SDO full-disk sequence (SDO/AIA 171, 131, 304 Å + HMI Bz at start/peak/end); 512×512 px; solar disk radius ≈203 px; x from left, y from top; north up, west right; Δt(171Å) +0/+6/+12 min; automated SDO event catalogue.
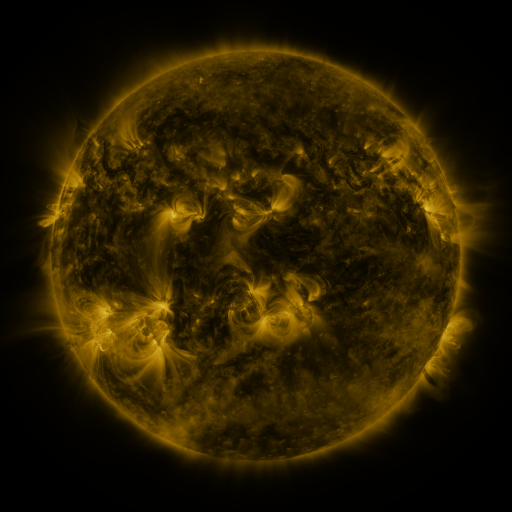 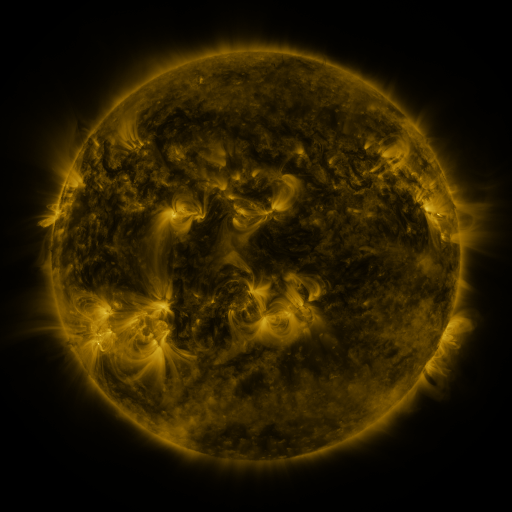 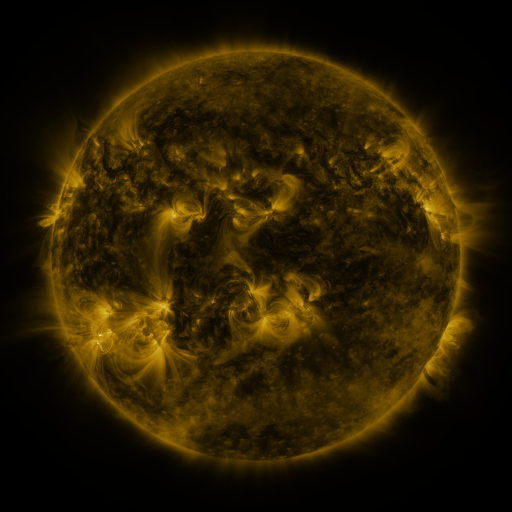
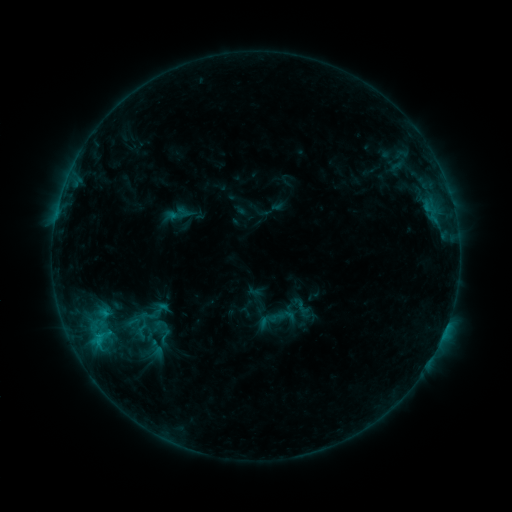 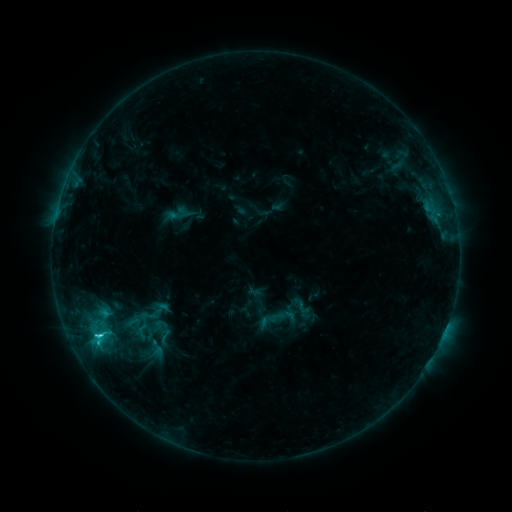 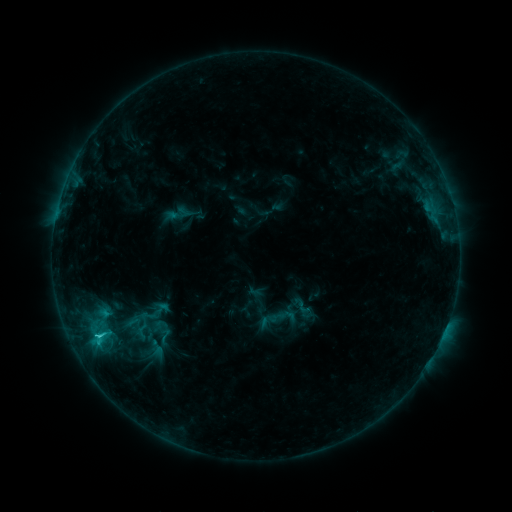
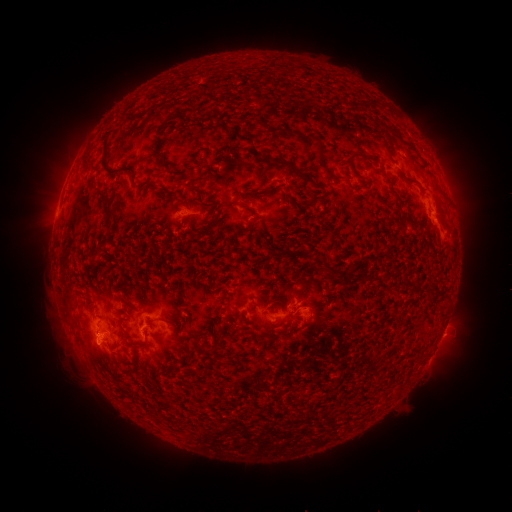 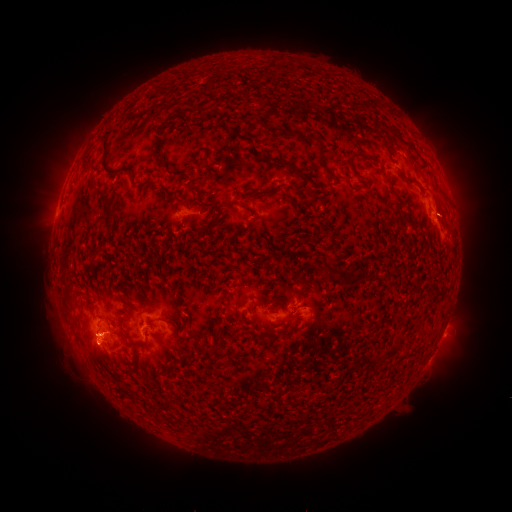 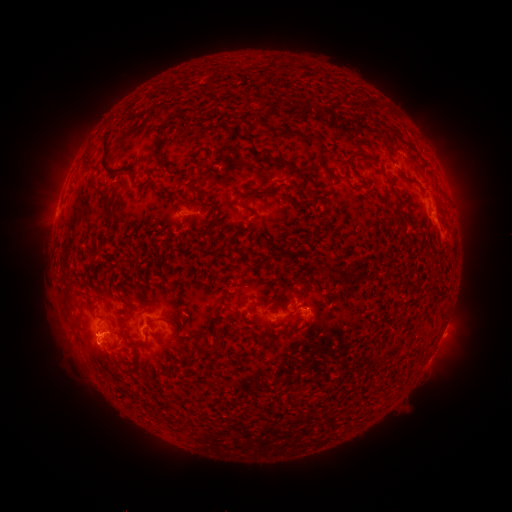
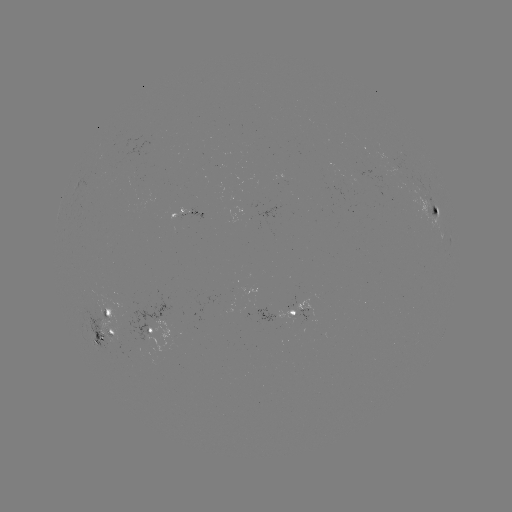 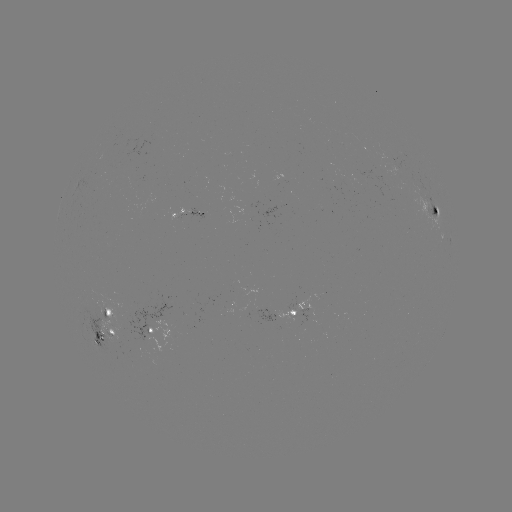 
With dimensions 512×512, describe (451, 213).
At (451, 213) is eruption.